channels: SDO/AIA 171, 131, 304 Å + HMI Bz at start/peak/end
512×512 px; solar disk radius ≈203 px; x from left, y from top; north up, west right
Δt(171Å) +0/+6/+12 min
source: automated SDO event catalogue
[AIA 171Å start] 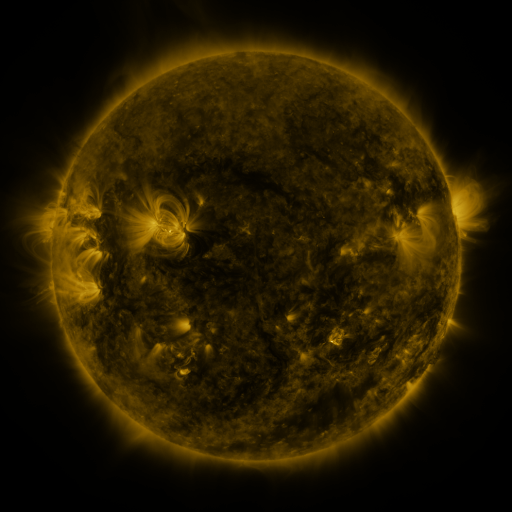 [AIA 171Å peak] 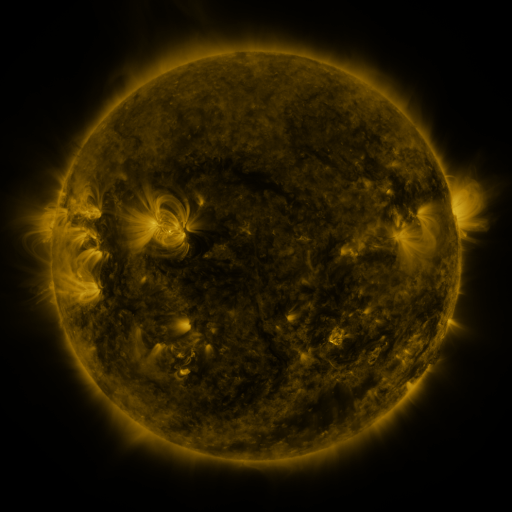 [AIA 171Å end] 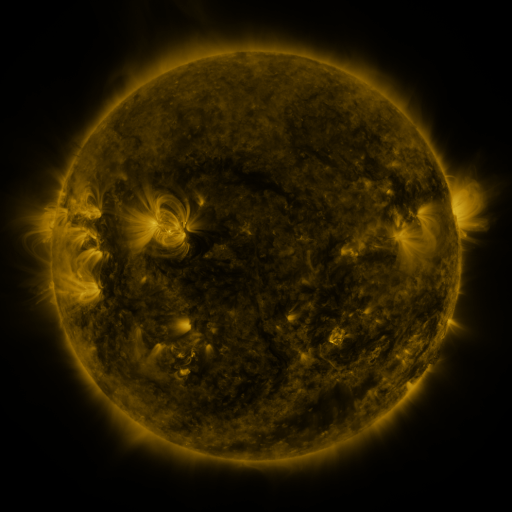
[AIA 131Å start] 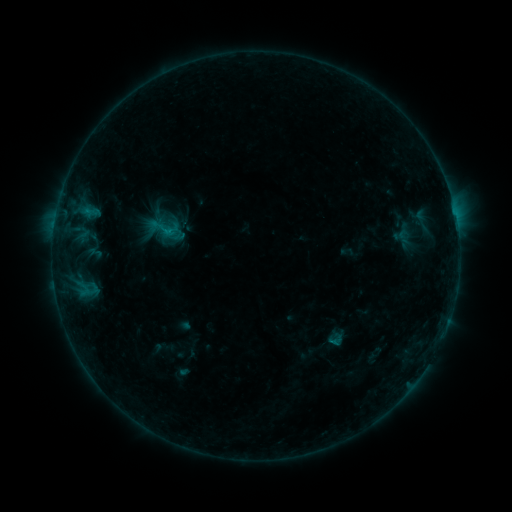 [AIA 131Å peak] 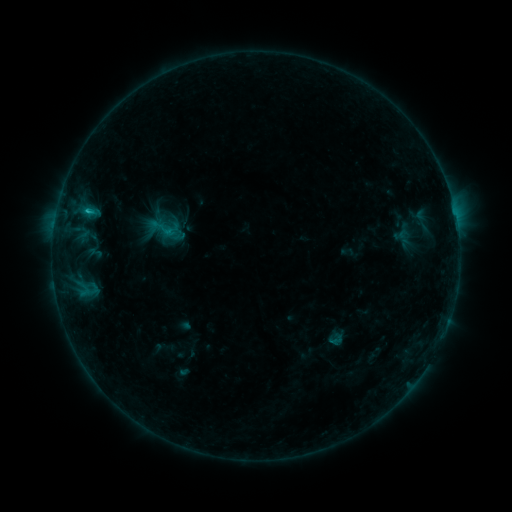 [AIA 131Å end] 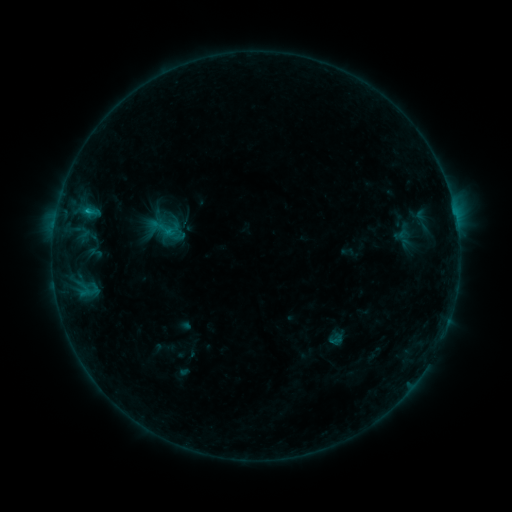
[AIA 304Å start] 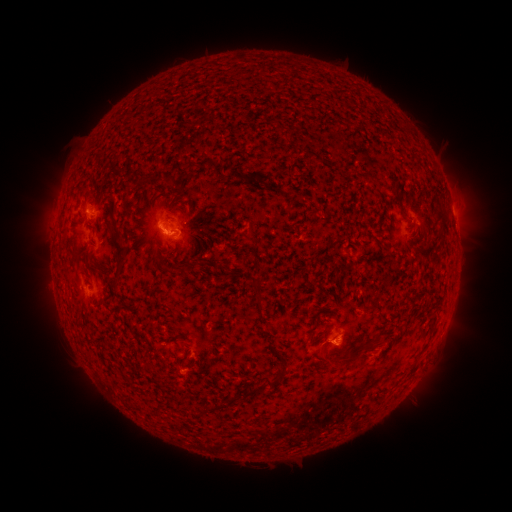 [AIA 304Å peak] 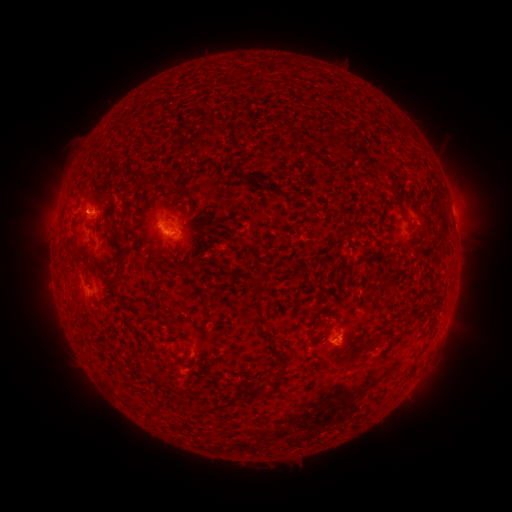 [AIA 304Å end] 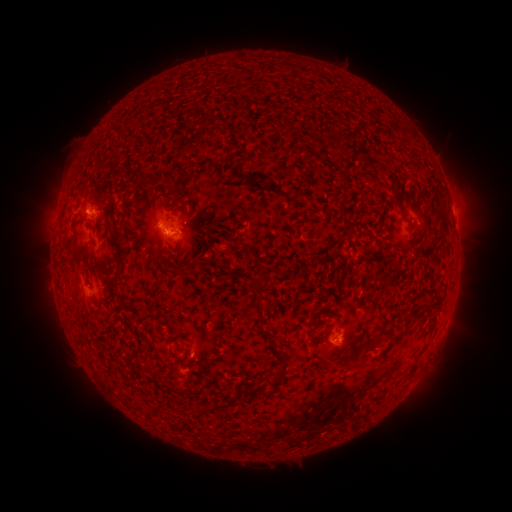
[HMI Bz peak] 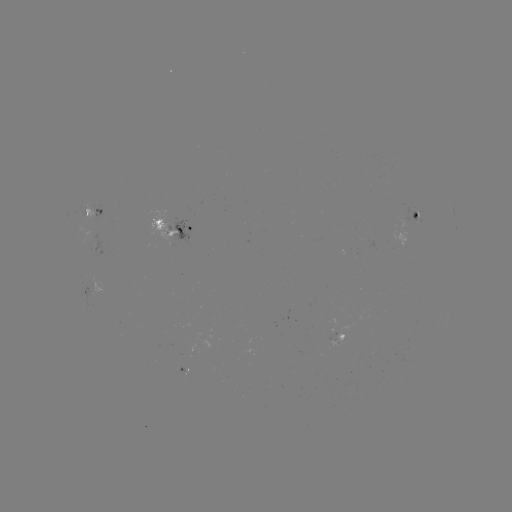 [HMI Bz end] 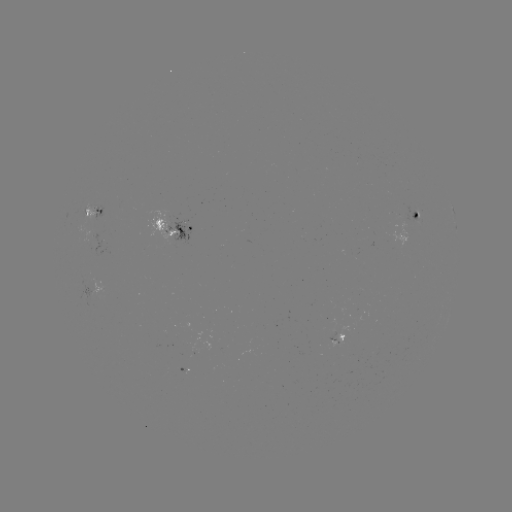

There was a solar flare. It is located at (88, 211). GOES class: B7.2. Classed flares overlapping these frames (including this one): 1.